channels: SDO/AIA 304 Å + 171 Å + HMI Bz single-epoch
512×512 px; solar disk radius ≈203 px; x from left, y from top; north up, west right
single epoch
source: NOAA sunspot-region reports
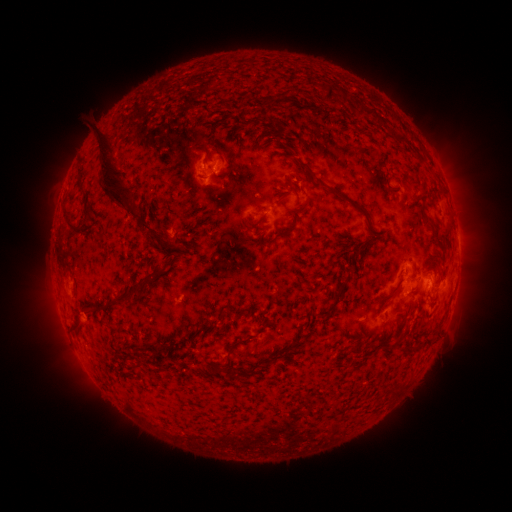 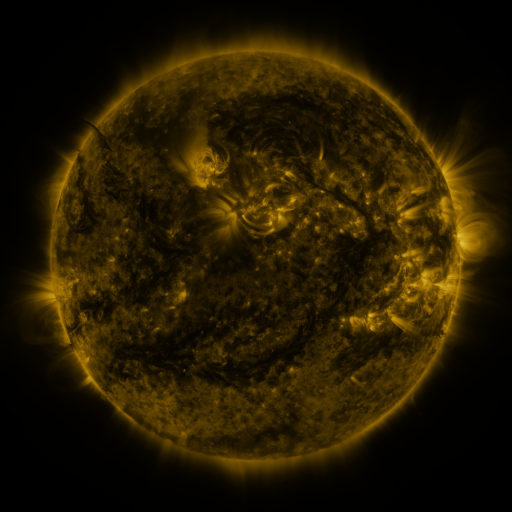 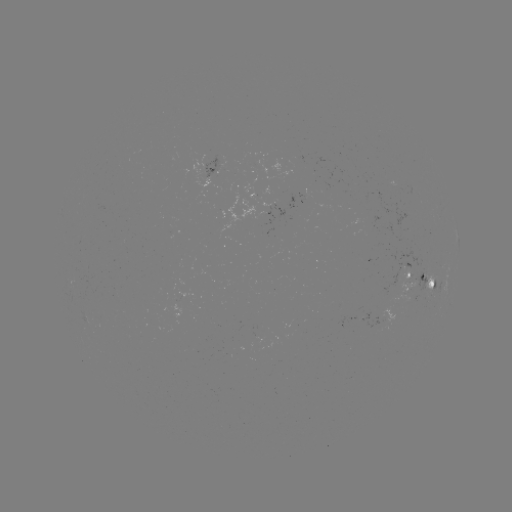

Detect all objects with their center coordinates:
spotted active region: (216, 171)
spotted active region: (458, 243)
spotted active region: (408, 273)
spotted active region: (427, 282)
